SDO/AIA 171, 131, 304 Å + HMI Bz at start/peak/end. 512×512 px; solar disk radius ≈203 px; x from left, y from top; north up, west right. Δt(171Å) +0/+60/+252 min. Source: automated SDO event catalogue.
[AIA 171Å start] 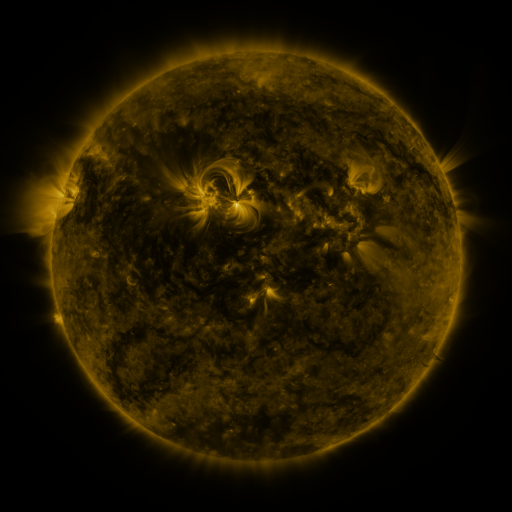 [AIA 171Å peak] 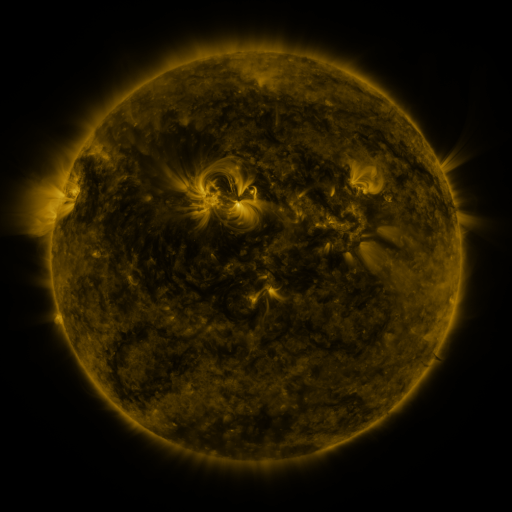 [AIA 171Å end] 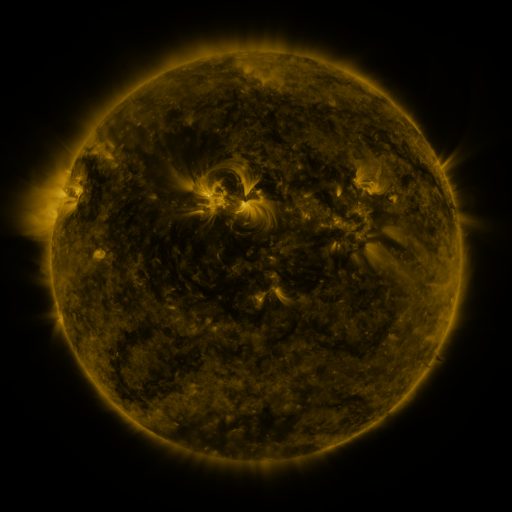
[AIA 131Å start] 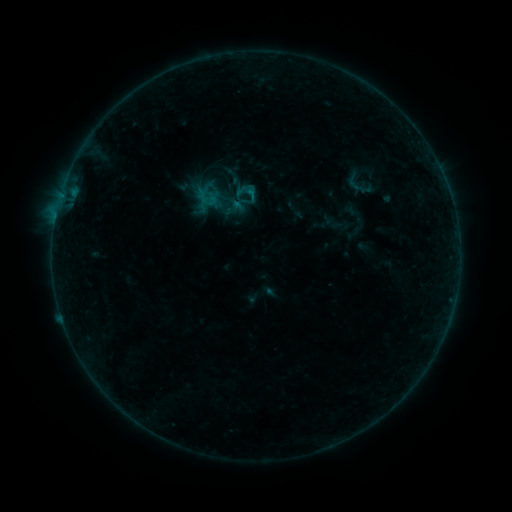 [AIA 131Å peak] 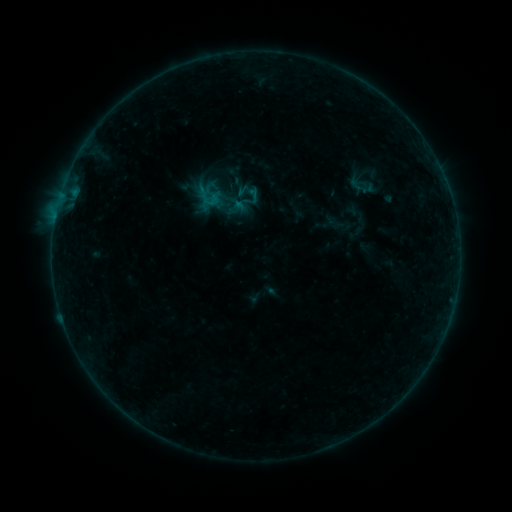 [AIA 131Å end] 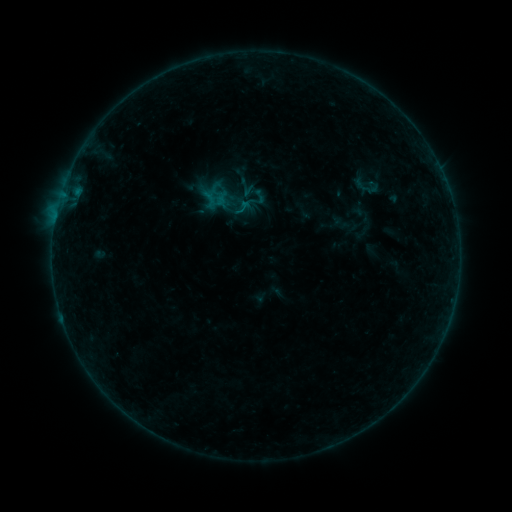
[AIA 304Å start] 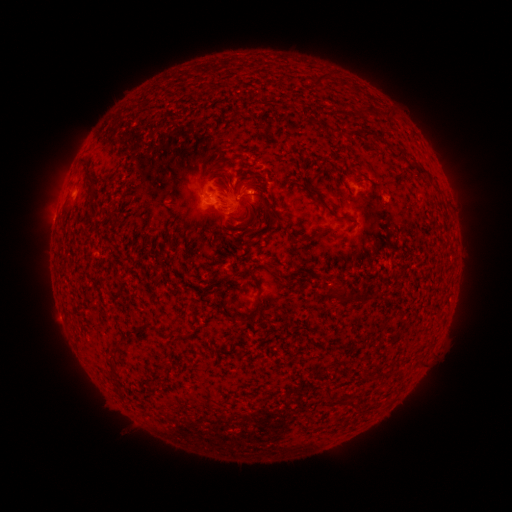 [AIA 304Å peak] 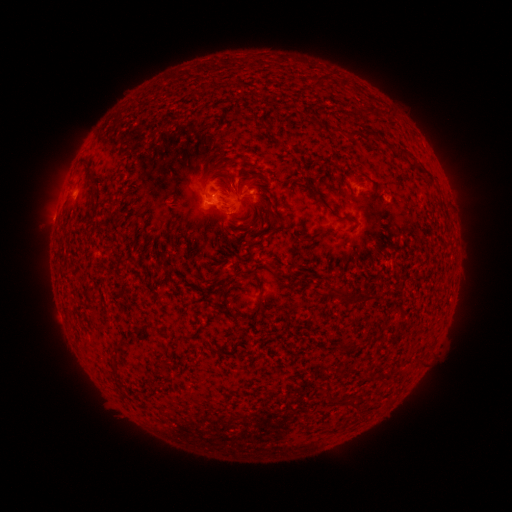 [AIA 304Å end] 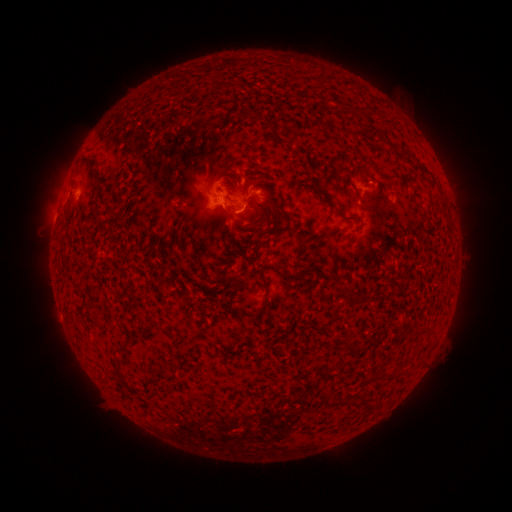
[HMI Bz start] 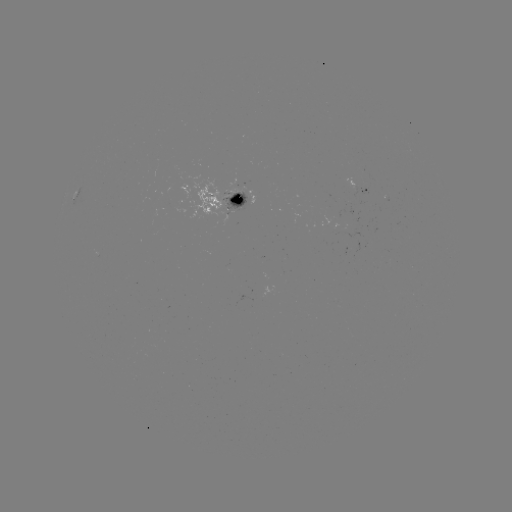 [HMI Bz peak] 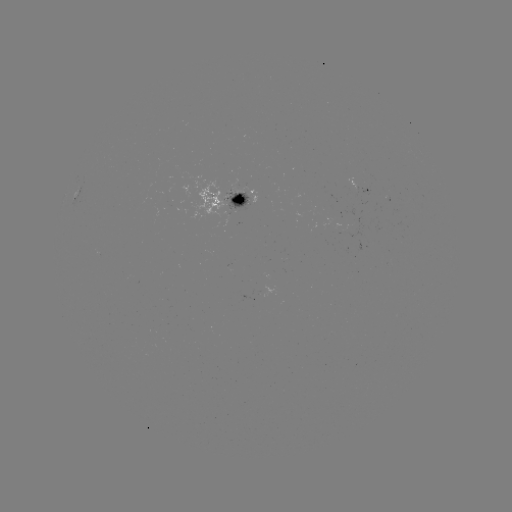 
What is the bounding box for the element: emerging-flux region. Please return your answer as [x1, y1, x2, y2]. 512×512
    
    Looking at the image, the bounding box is [333, 209, 354, 227].